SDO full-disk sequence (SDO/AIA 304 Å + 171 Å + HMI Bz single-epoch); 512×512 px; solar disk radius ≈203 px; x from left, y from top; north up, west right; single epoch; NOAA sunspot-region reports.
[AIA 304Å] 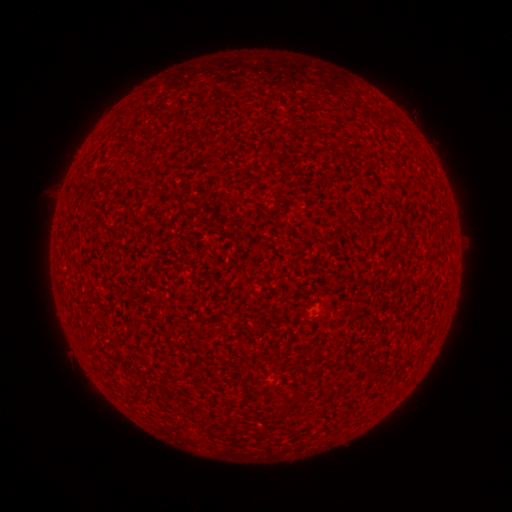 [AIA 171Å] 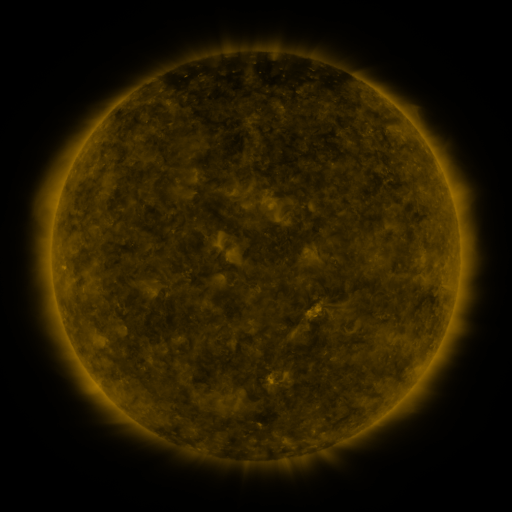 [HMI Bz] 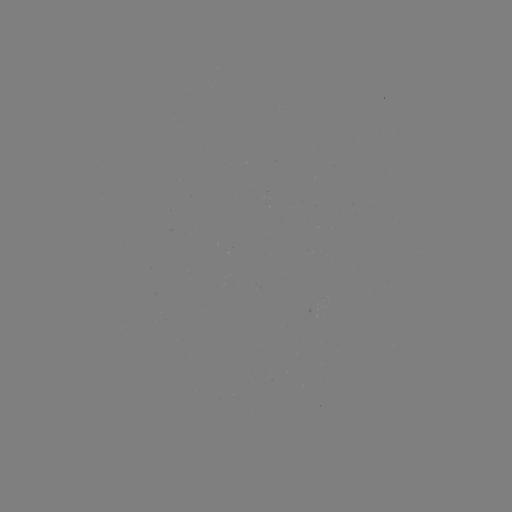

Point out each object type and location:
(none)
